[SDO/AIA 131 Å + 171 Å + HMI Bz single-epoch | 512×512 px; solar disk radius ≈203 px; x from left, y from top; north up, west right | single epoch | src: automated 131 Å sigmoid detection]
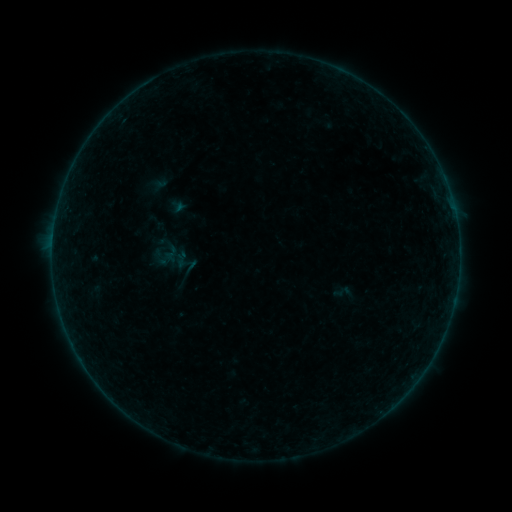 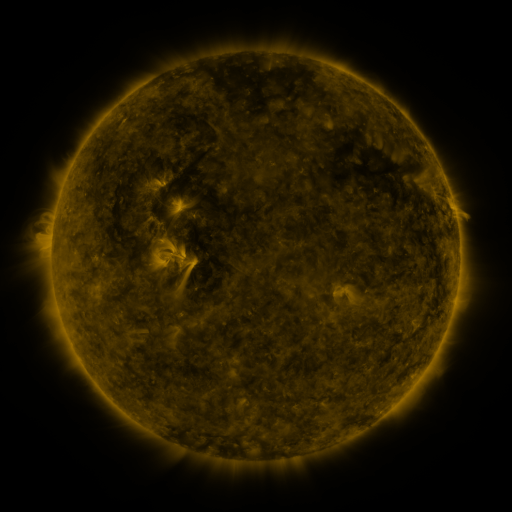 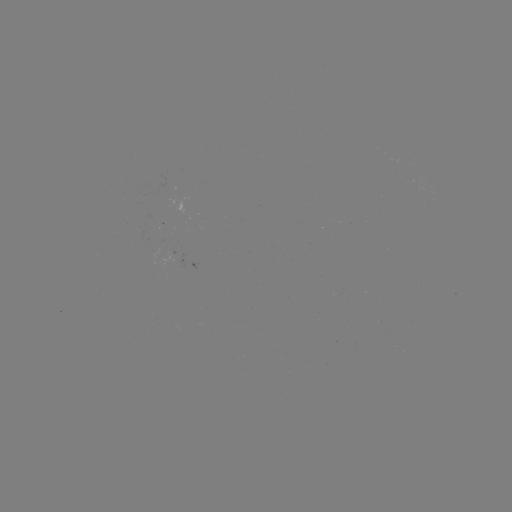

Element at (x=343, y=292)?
sigmoid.